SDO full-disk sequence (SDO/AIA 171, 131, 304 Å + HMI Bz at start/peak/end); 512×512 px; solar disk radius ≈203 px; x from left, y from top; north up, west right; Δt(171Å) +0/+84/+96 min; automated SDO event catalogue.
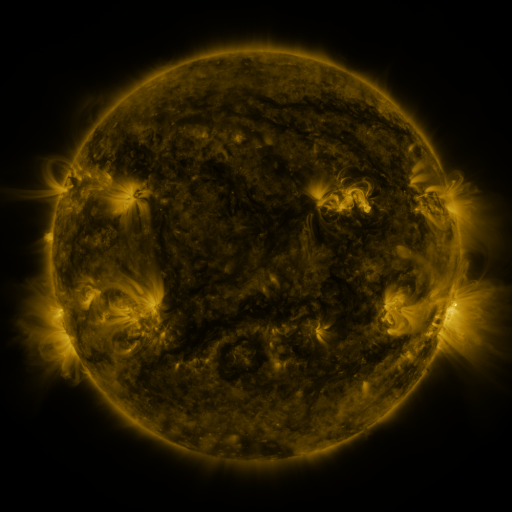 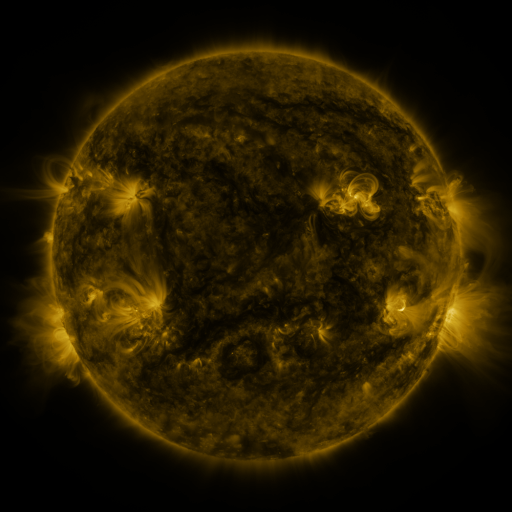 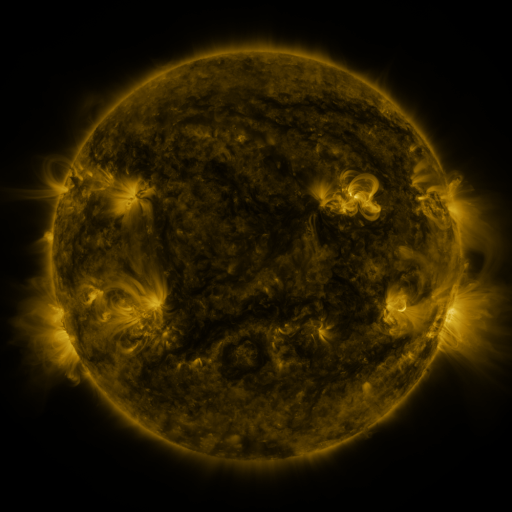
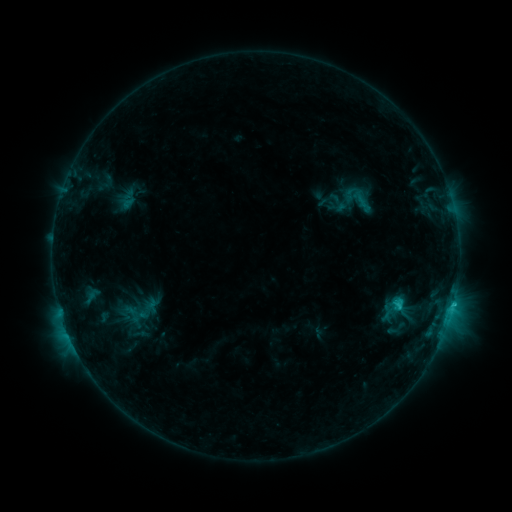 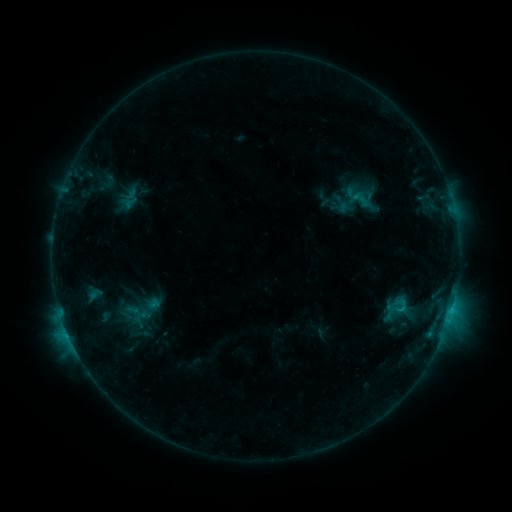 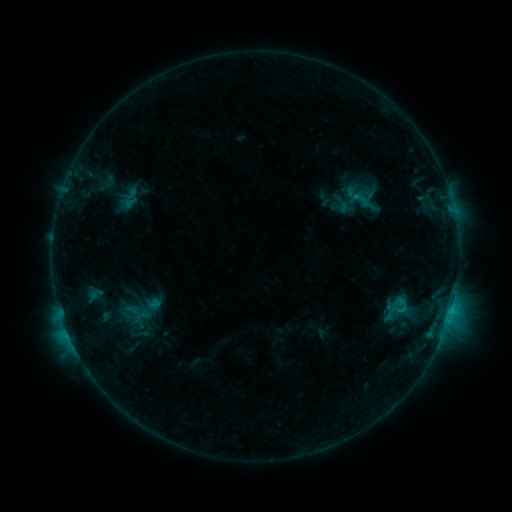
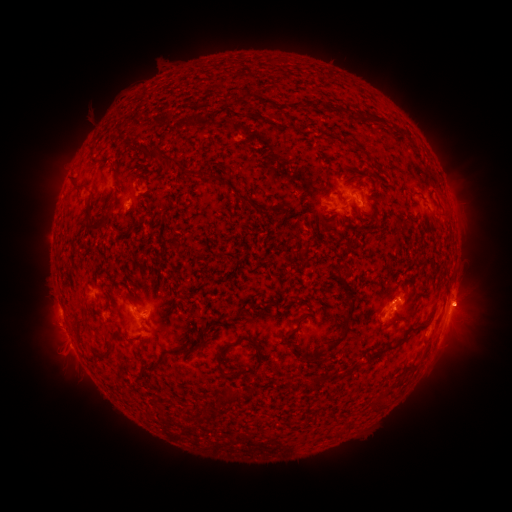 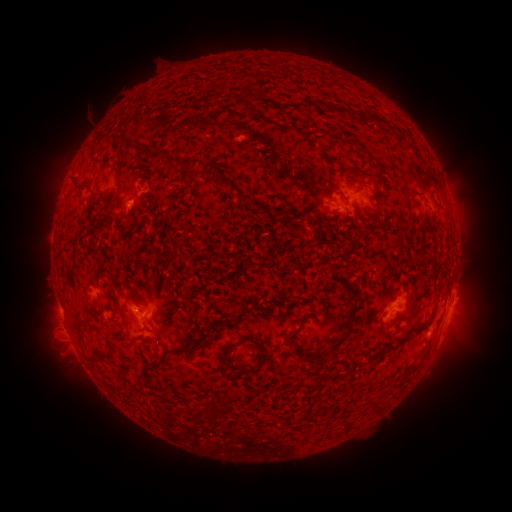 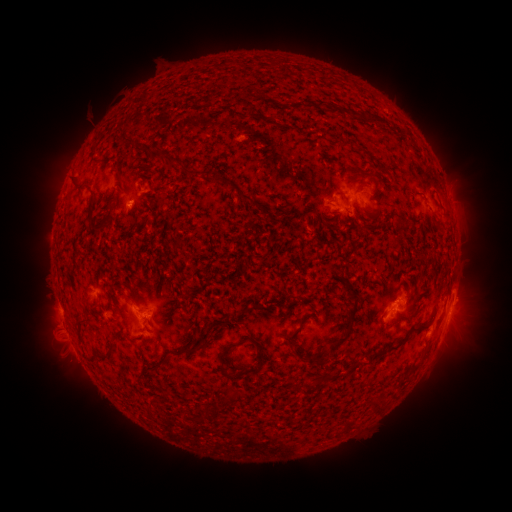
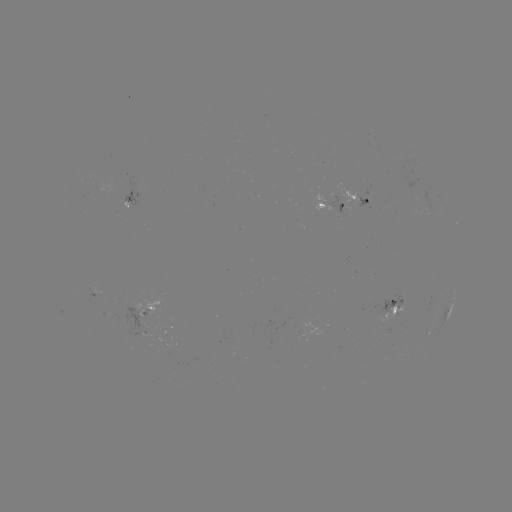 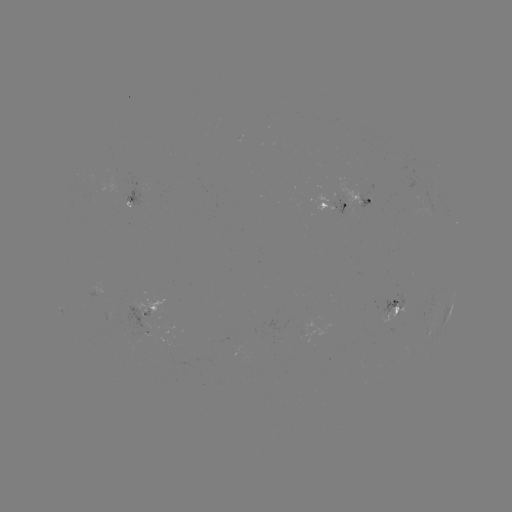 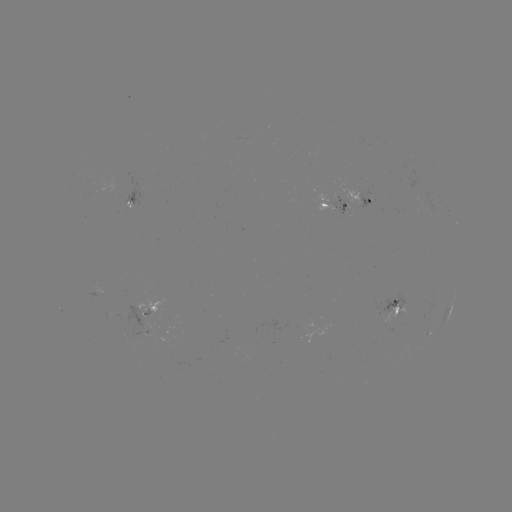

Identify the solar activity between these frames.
emerging-flux region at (148, 315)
